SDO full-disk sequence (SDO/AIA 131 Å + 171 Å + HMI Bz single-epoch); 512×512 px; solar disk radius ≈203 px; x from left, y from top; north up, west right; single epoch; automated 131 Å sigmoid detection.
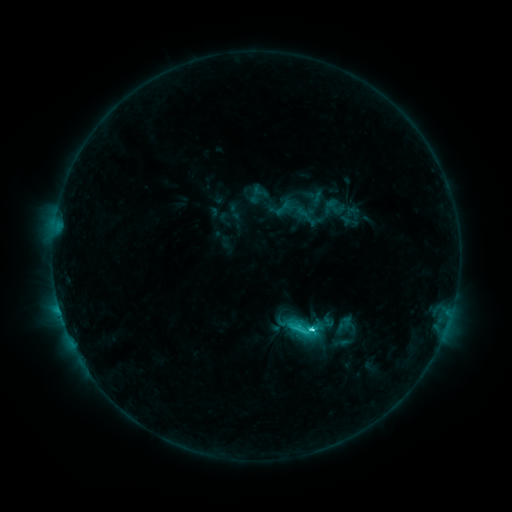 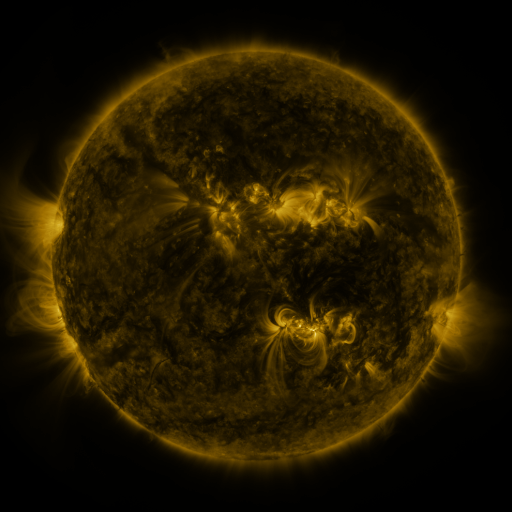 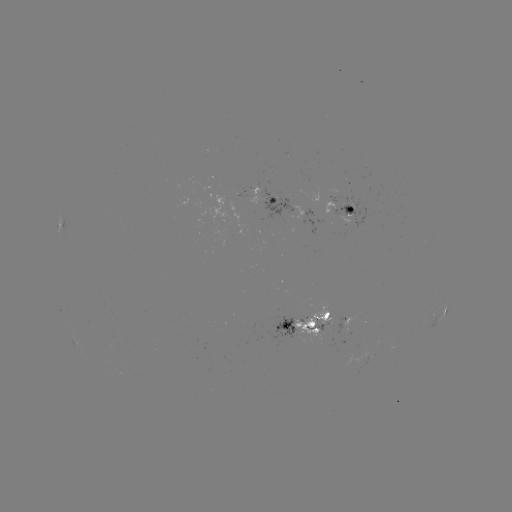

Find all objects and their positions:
sigmoid: (346, 324)
sigmoid: (303, 328)
